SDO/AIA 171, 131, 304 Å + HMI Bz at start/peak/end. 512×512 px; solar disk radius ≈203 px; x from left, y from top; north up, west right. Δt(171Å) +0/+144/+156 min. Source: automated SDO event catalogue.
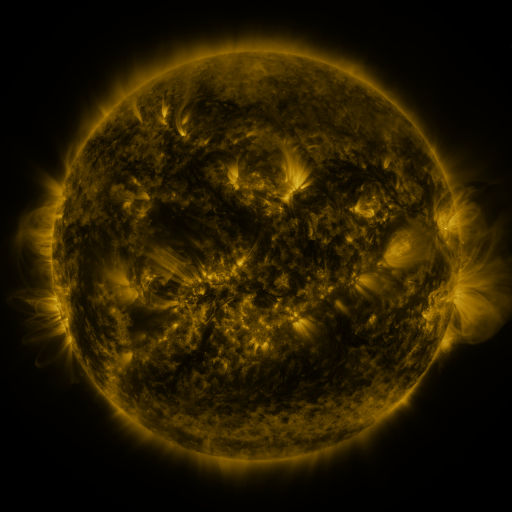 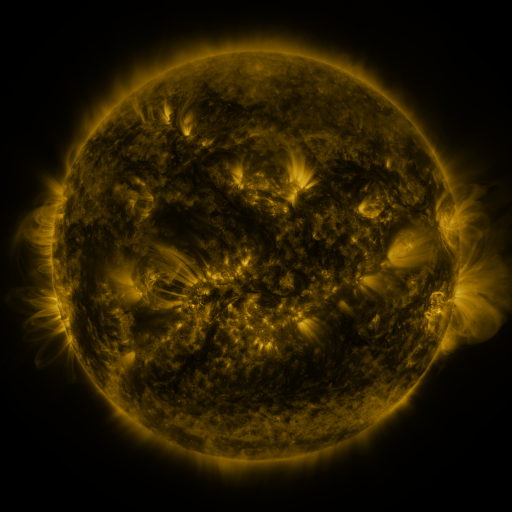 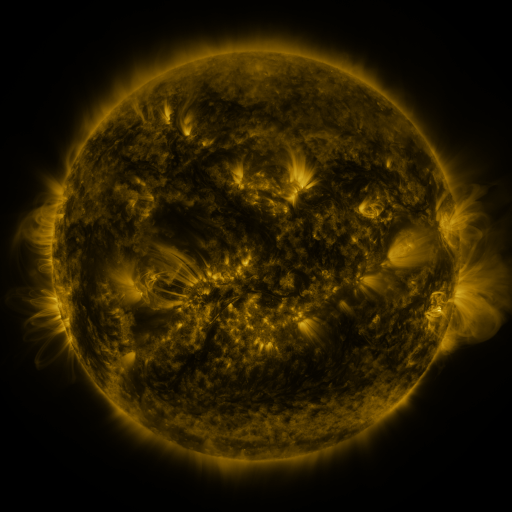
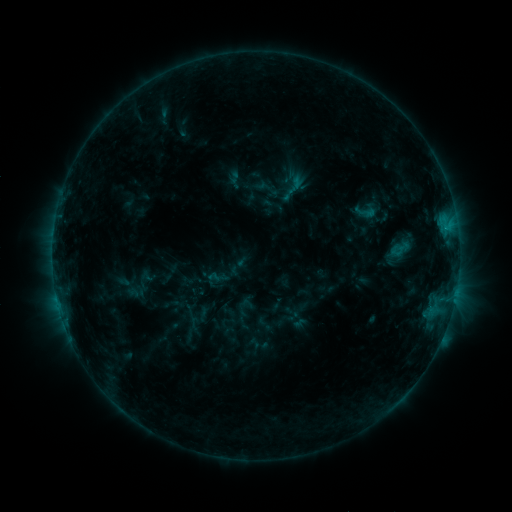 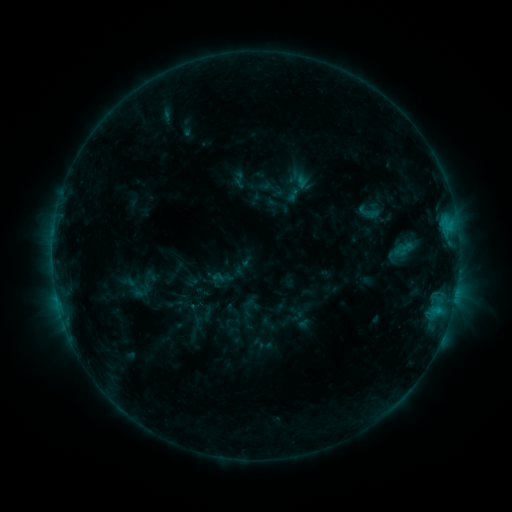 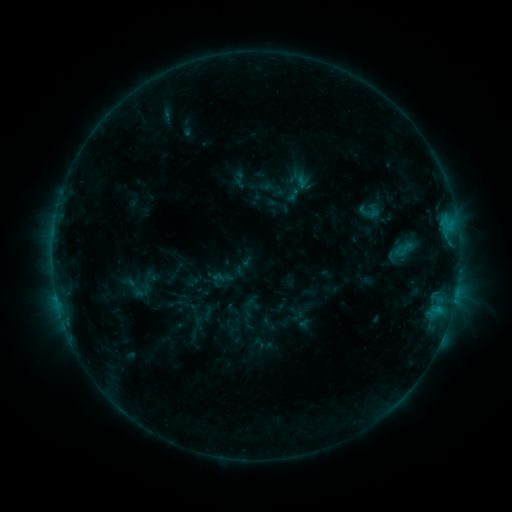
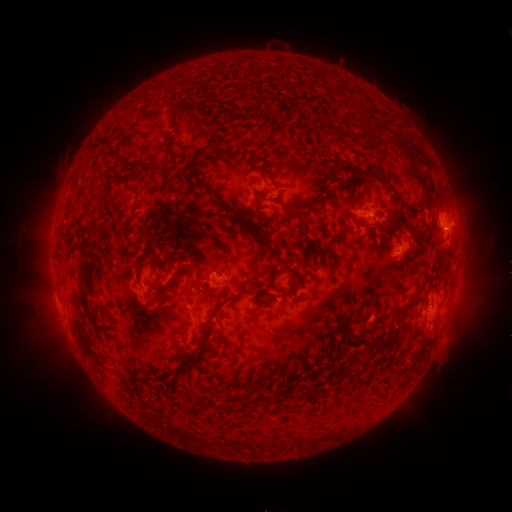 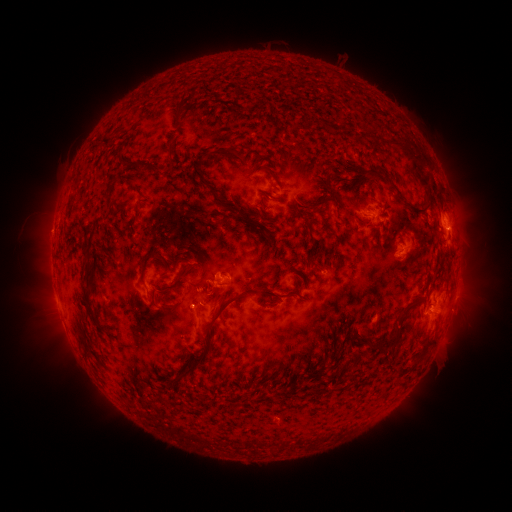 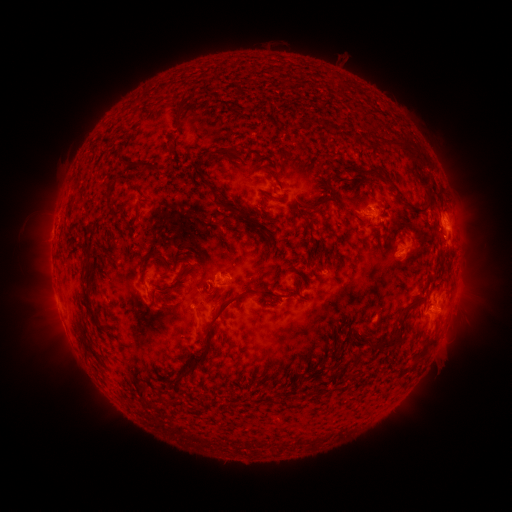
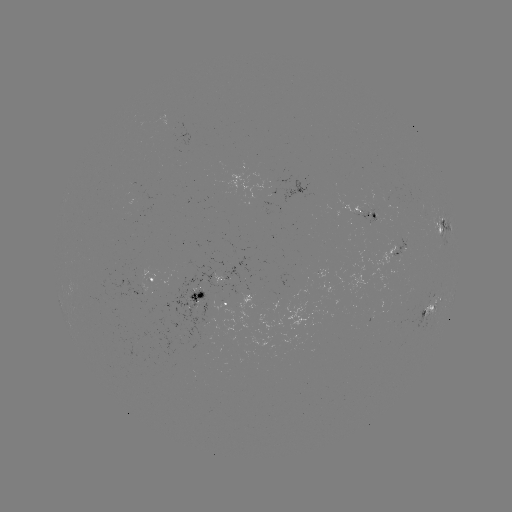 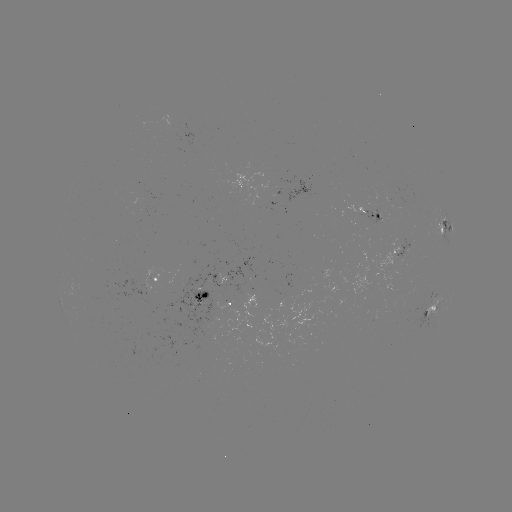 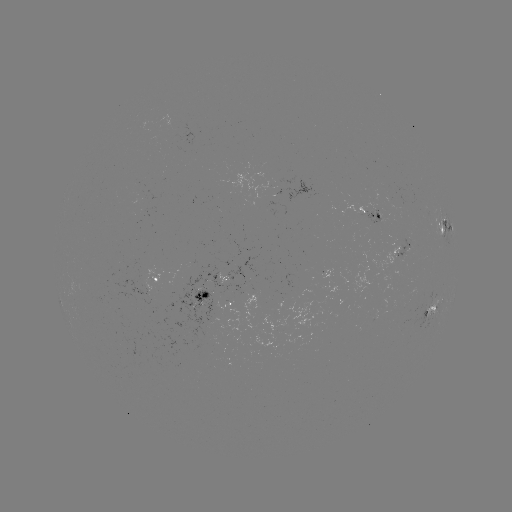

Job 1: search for emerging-flux region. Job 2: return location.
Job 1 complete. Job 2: (370, 213).